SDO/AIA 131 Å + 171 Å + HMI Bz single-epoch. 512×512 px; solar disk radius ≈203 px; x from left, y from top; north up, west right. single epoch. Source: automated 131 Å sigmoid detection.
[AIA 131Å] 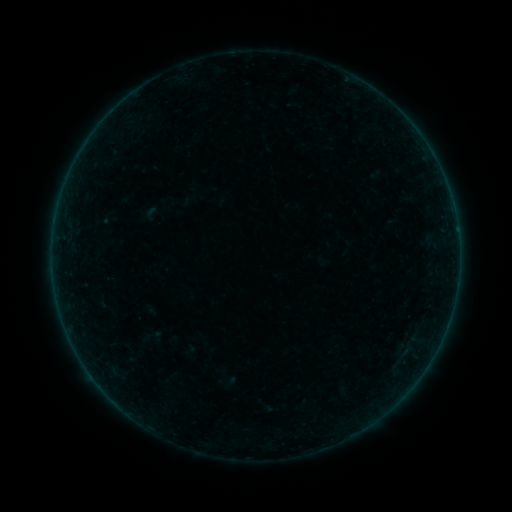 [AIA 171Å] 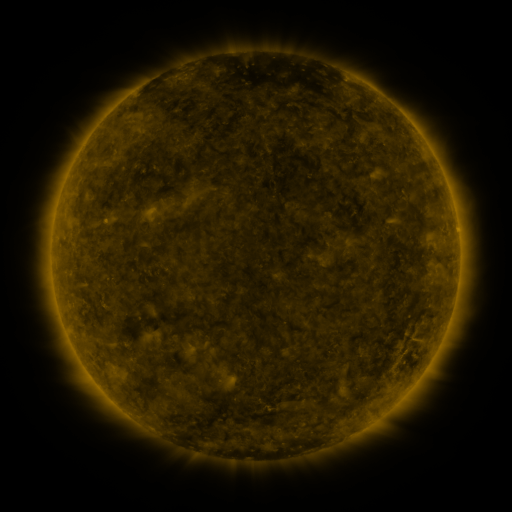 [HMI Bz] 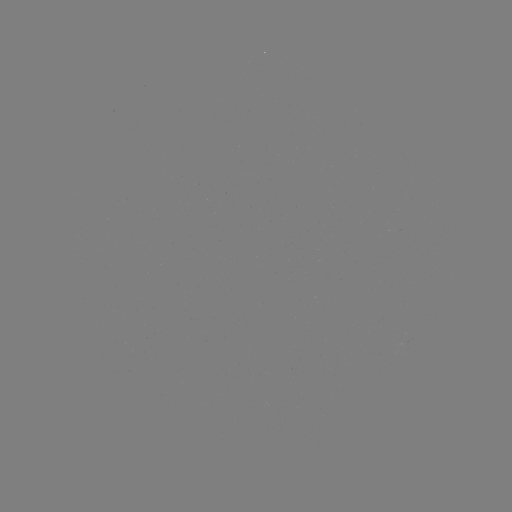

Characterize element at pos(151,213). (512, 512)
sigmoid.